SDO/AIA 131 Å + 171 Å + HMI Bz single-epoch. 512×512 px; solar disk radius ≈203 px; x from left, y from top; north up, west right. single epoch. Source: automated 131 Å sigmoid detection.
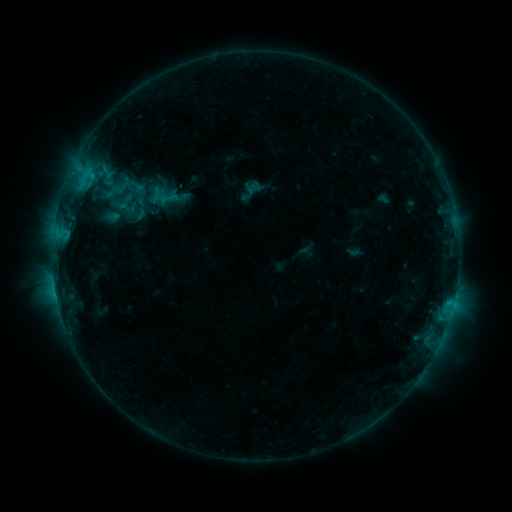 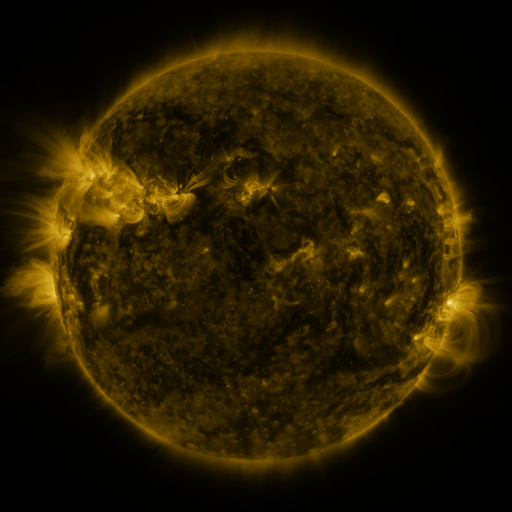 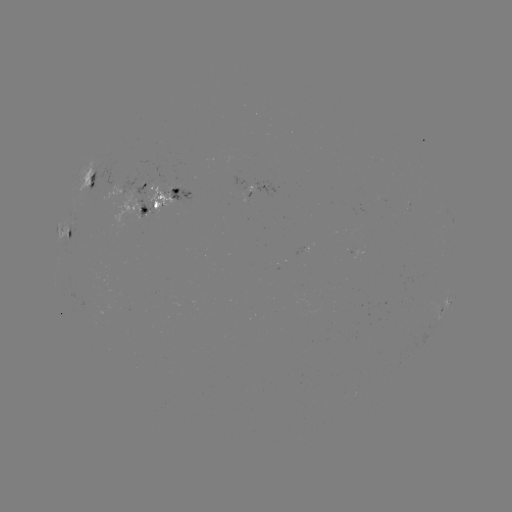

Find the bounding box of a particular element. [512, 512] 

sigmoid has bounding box [115, 192, 135, 212].